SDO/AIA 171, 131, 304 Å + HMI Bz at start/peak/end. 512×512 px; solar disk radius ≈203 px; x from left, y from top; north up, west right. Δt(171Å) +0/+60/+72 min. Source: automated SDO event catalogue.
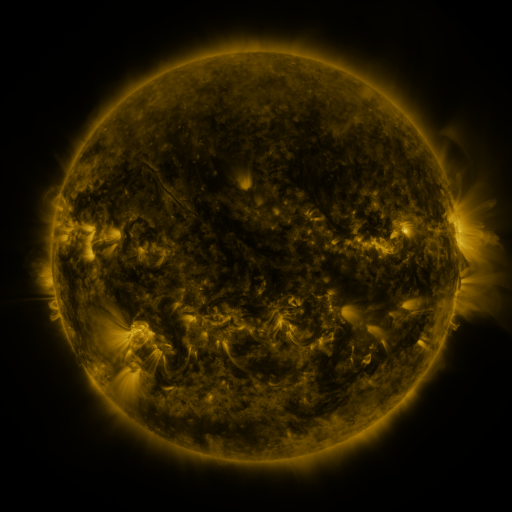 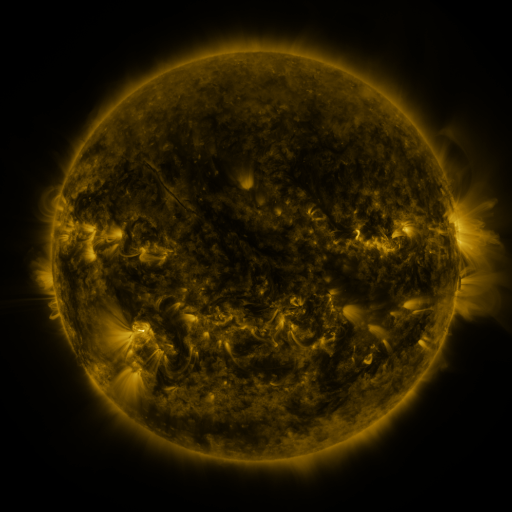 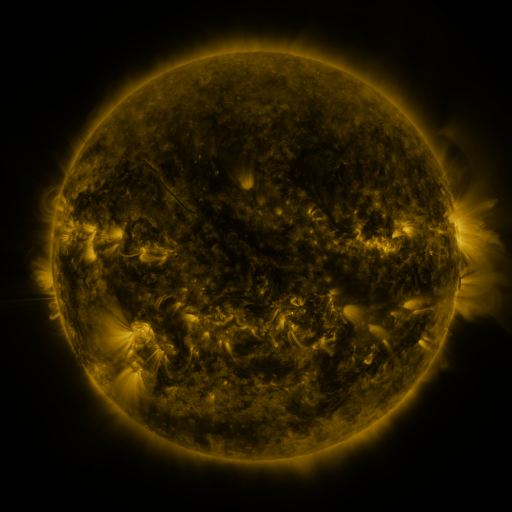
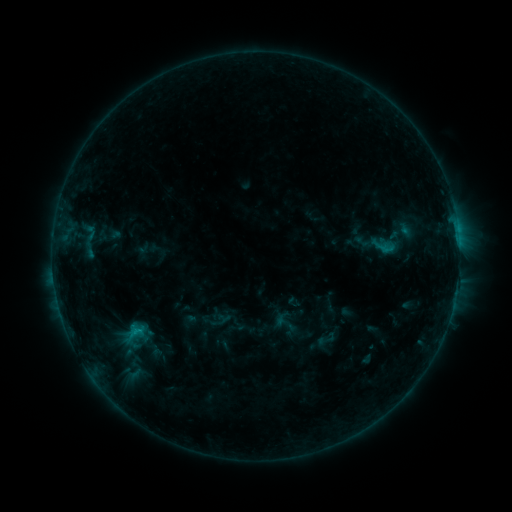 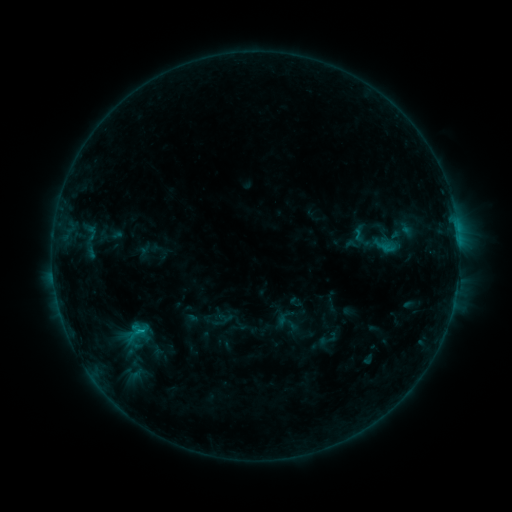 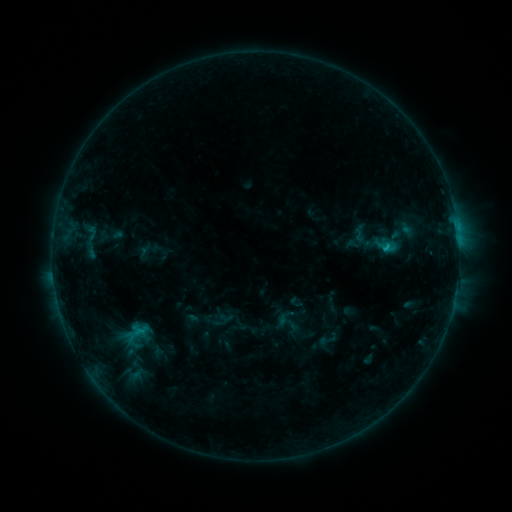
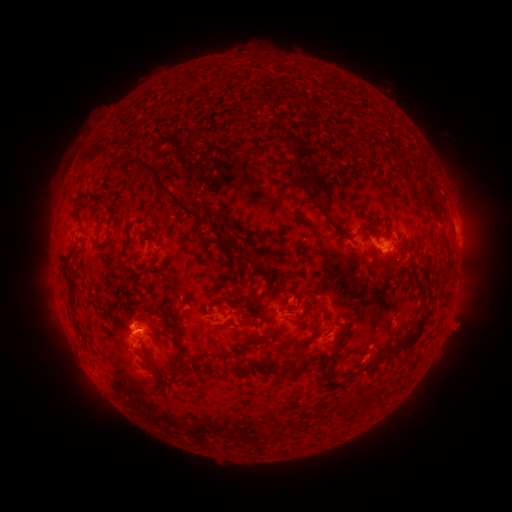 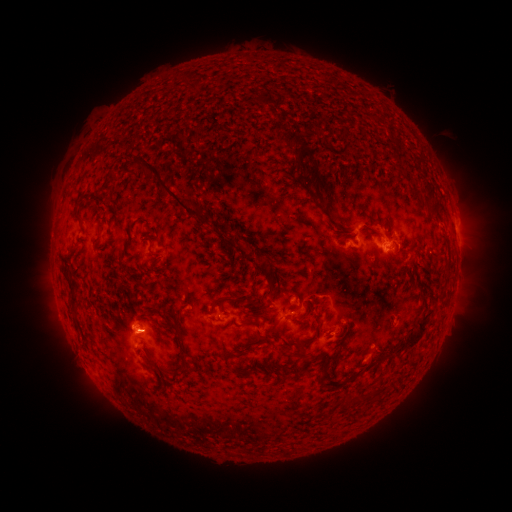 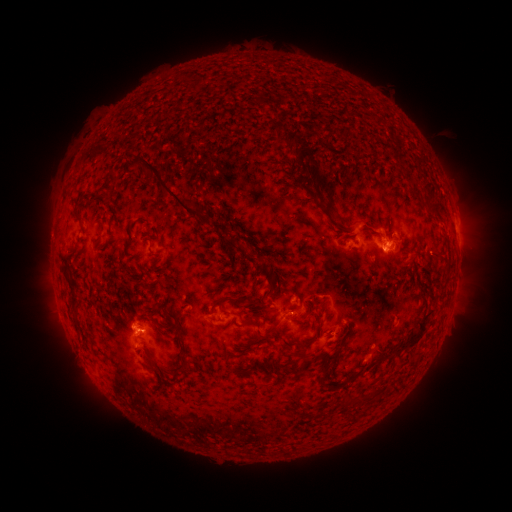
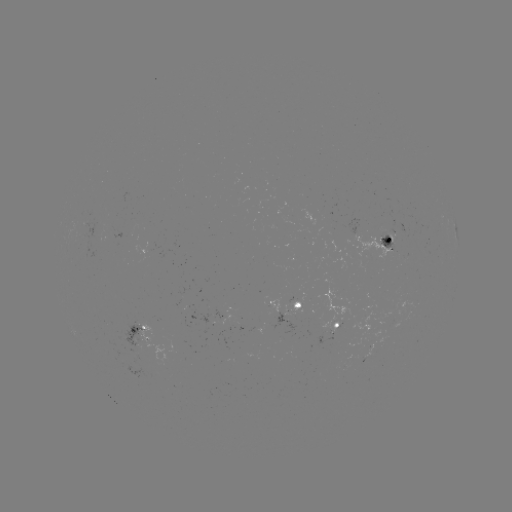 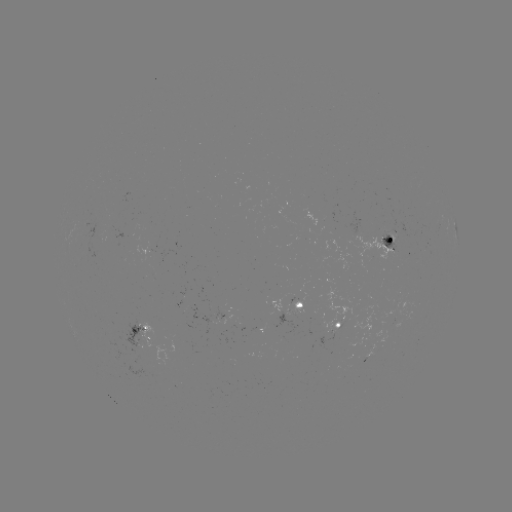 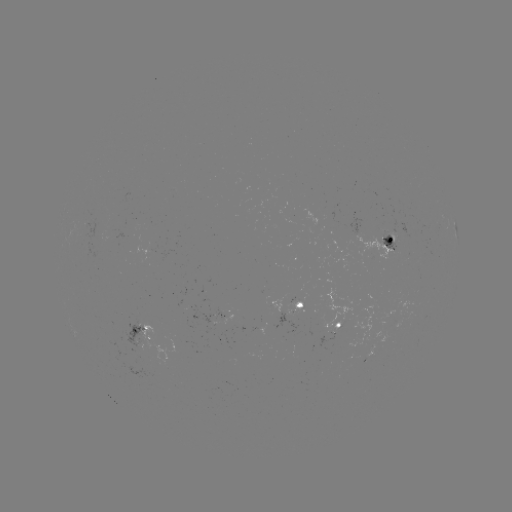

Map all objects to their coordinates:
emerging-flux region: (352, 332)
